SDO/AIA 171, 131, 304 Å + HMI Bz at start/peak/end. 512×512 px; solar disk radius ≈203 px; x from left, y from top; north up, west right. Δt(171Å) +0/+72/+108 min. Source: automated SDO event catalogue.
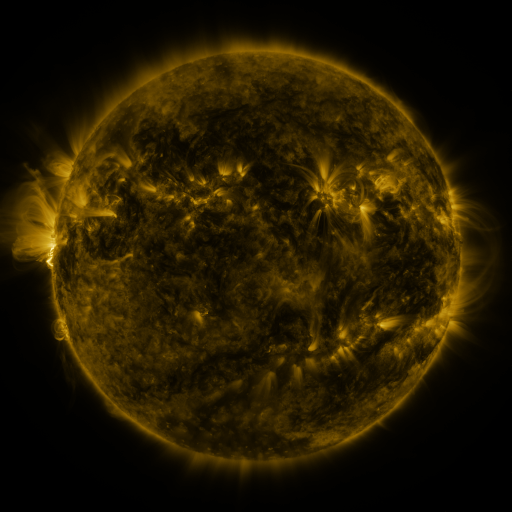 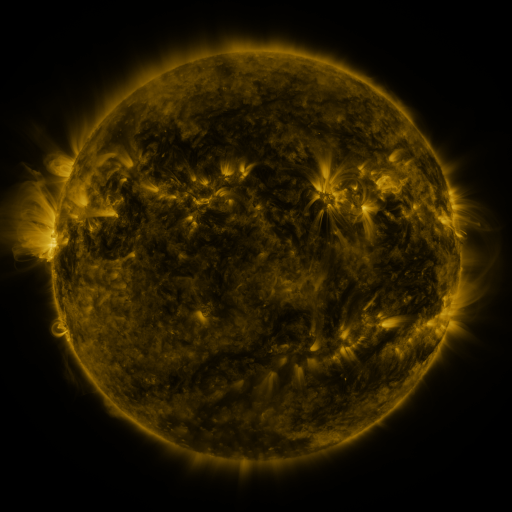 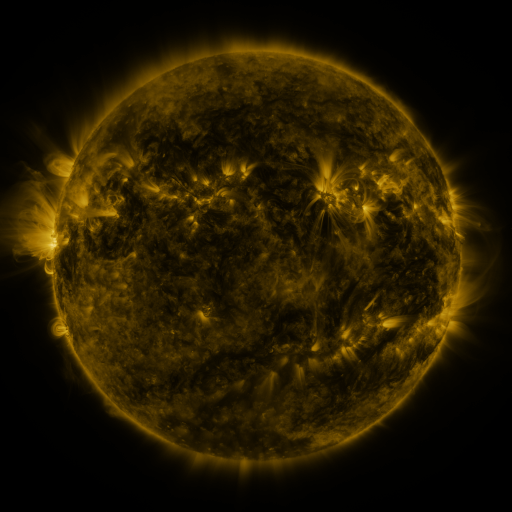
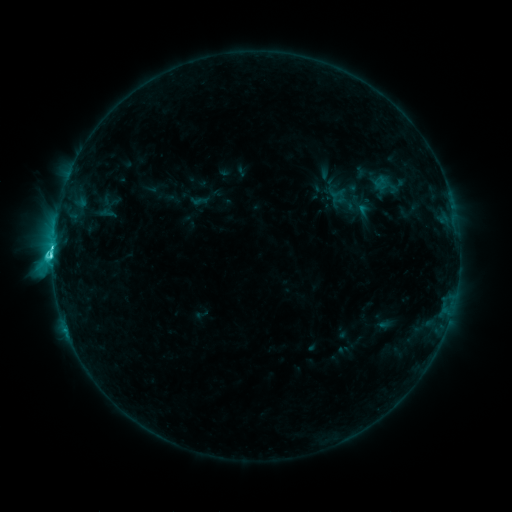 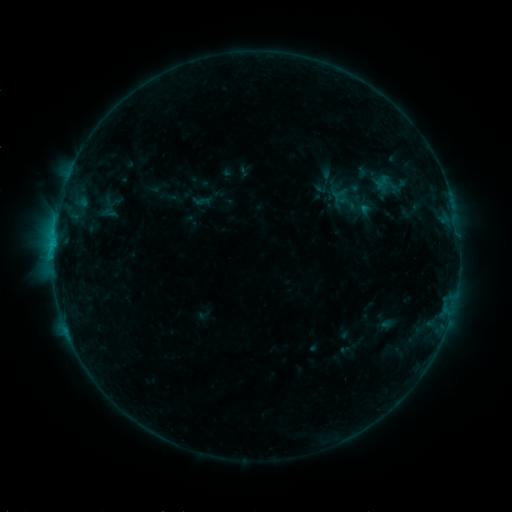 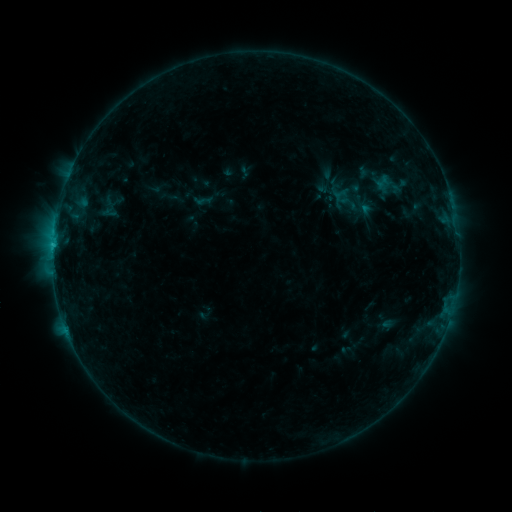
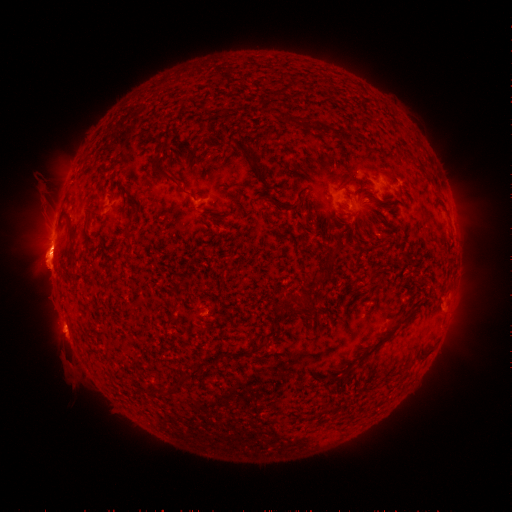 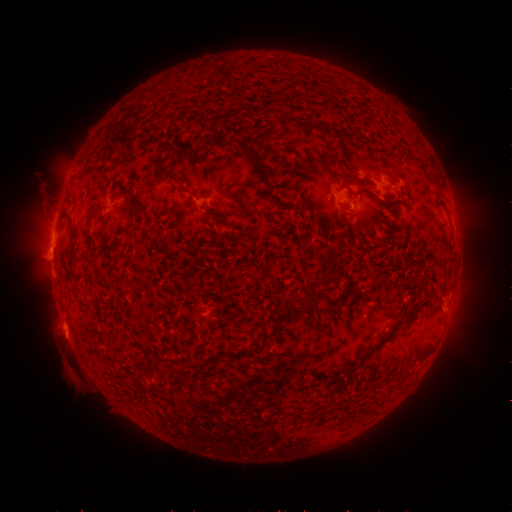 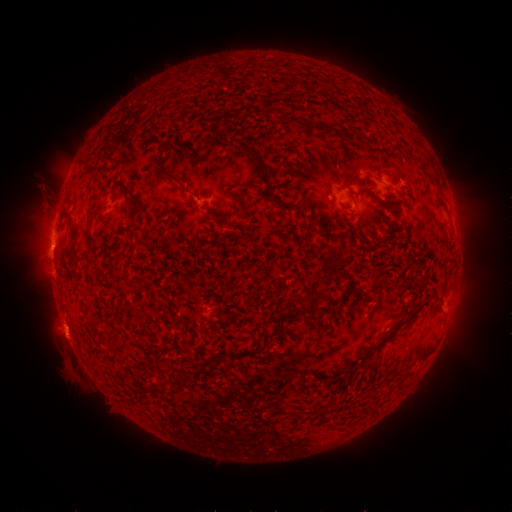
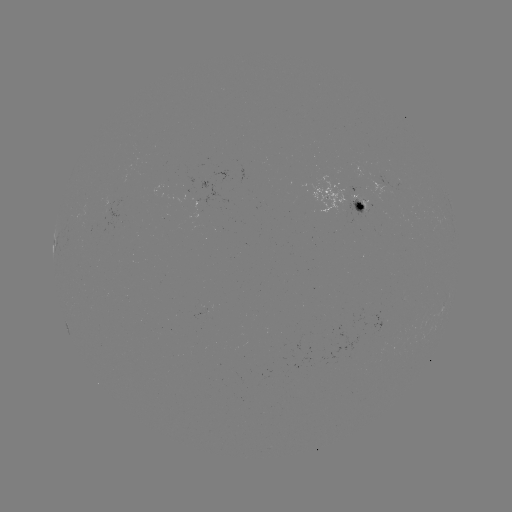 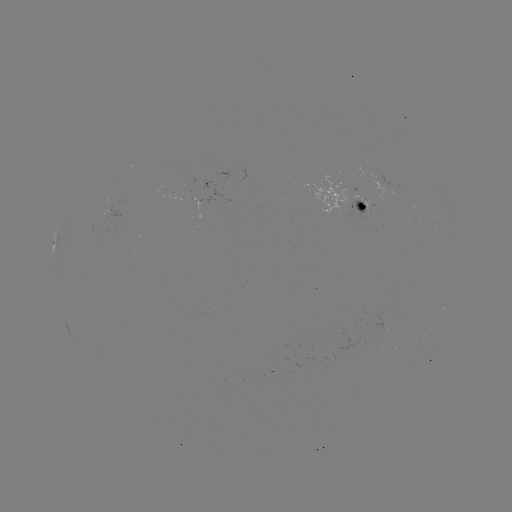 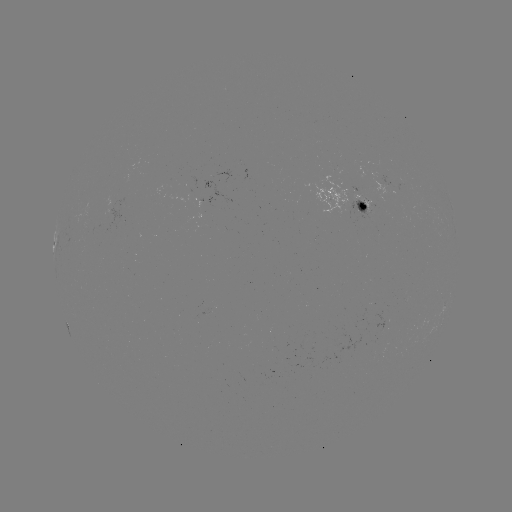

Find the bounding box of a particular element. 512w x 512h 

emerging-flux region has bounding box [185, 177, 196, 202].